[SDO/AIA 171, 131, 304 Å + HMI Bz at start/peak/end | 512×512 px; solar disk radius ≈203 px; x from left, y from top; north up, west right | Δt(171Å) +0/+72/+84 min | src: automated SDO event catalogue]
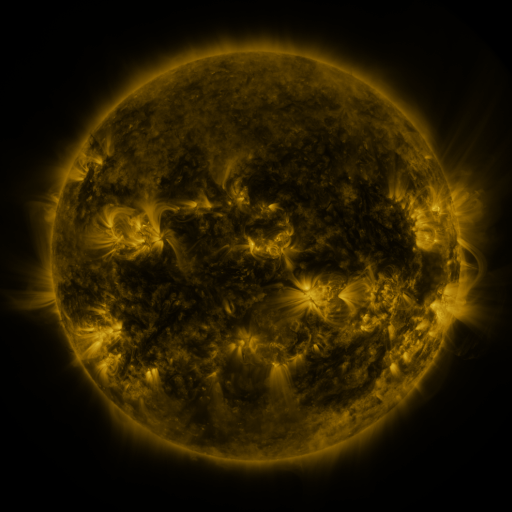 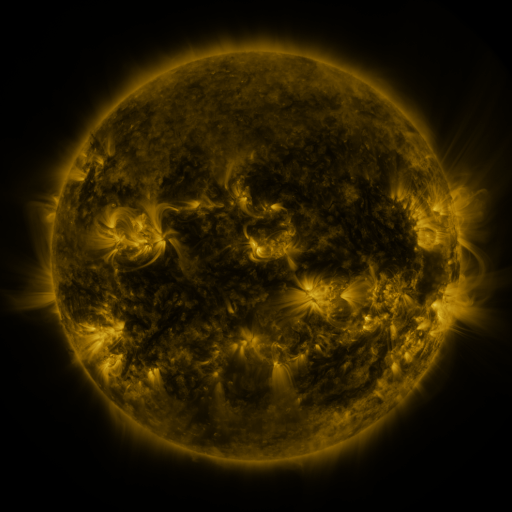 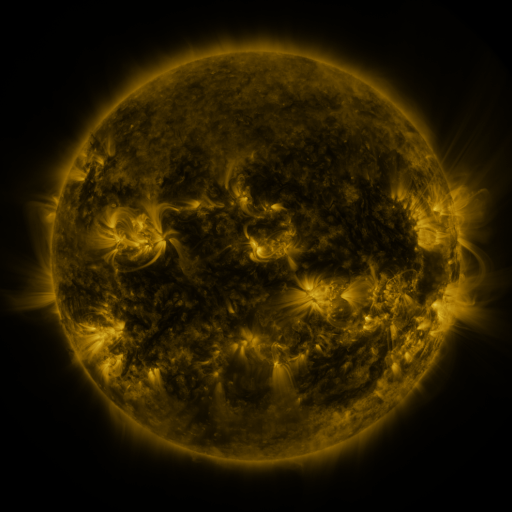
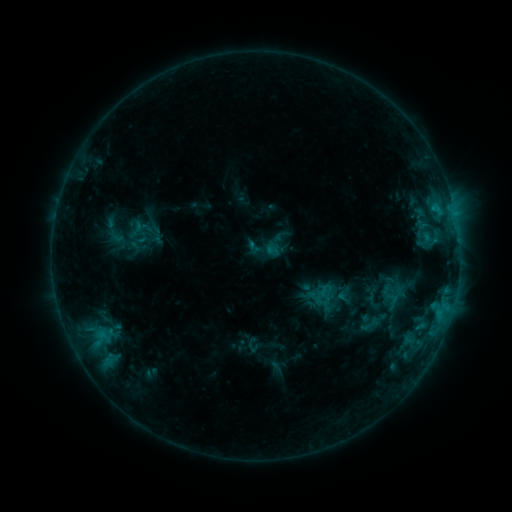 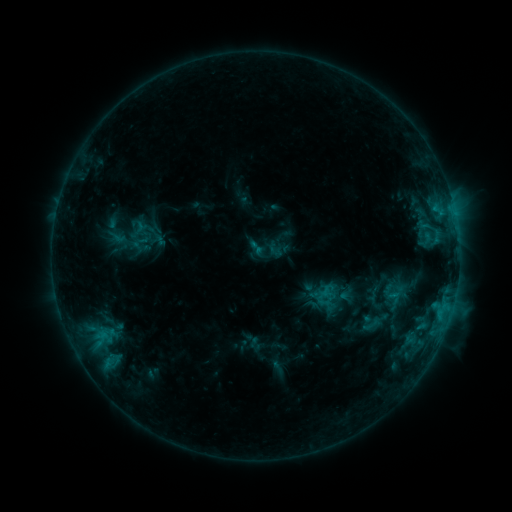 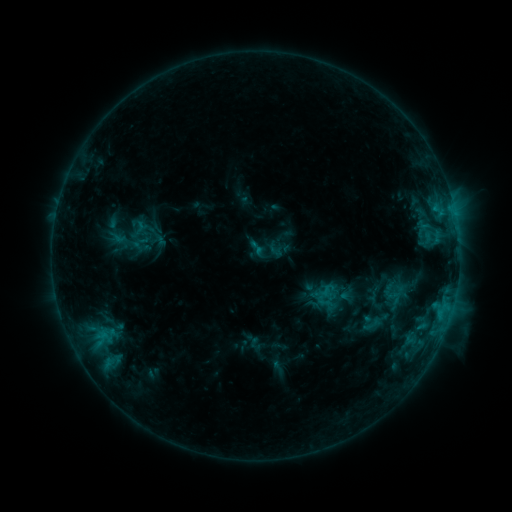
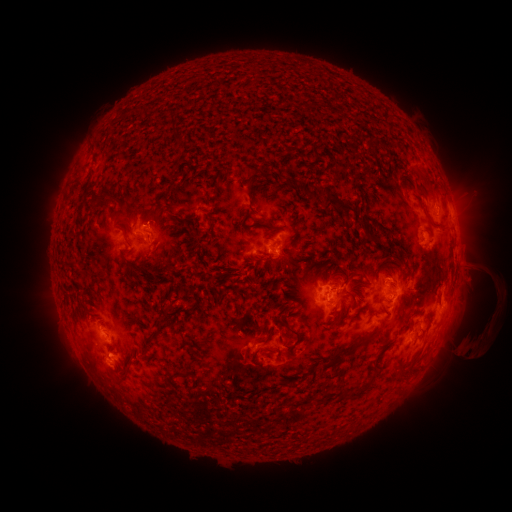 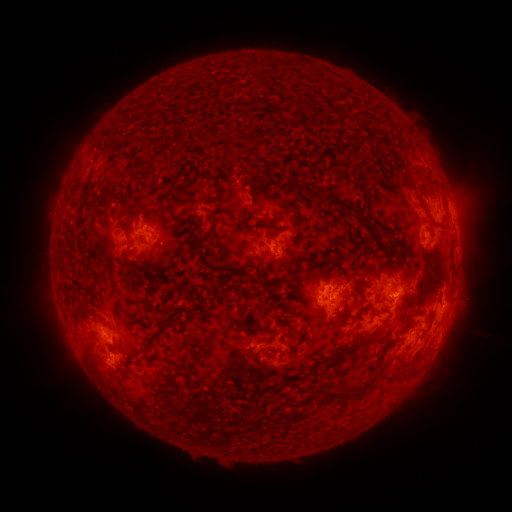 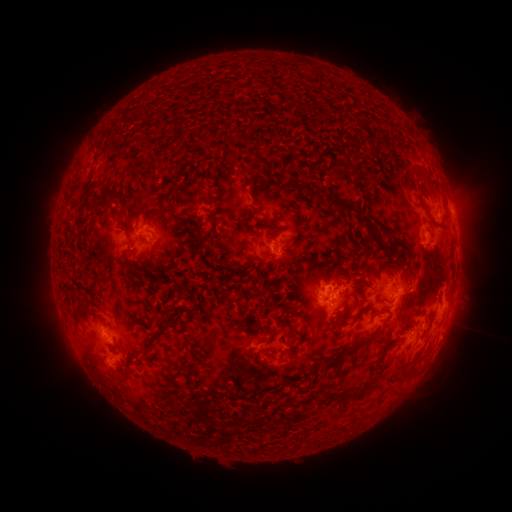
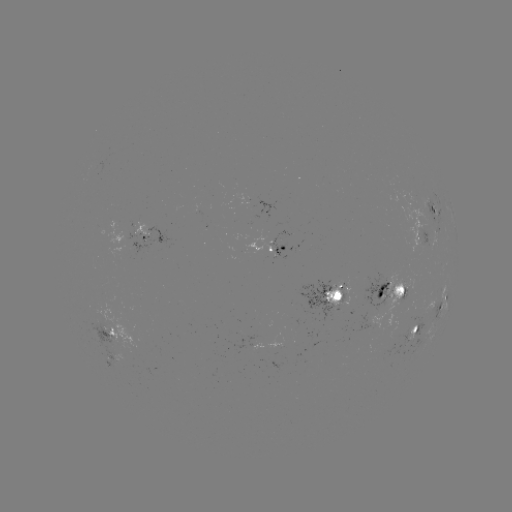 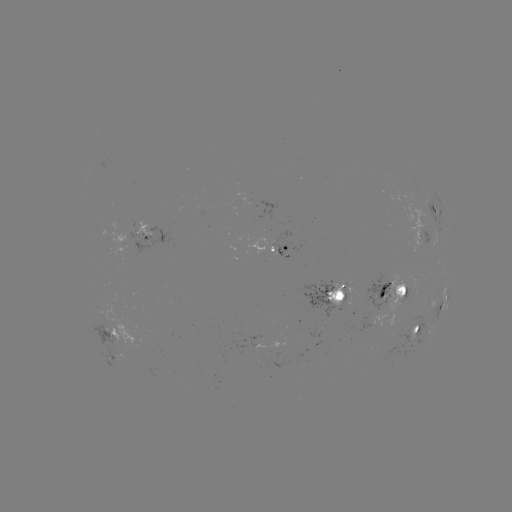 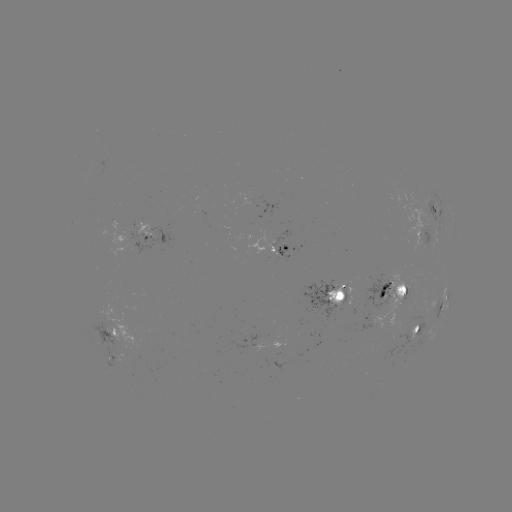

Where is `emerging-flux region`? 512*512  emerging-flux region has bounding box [90, 318, 100, 326].